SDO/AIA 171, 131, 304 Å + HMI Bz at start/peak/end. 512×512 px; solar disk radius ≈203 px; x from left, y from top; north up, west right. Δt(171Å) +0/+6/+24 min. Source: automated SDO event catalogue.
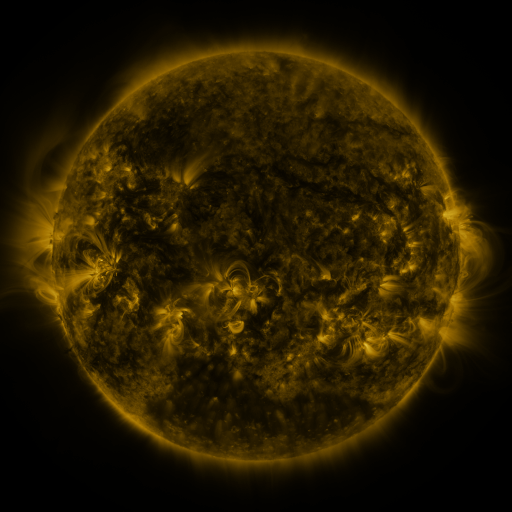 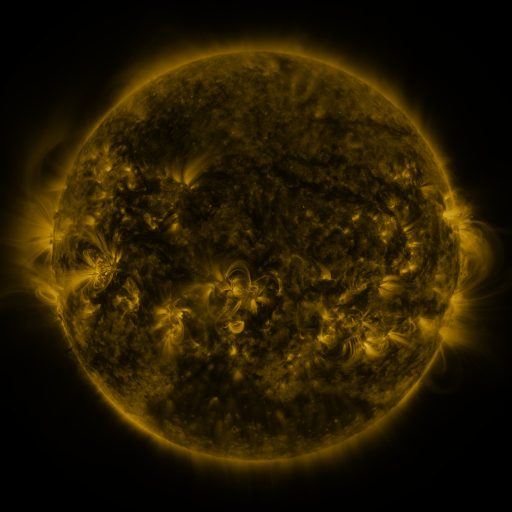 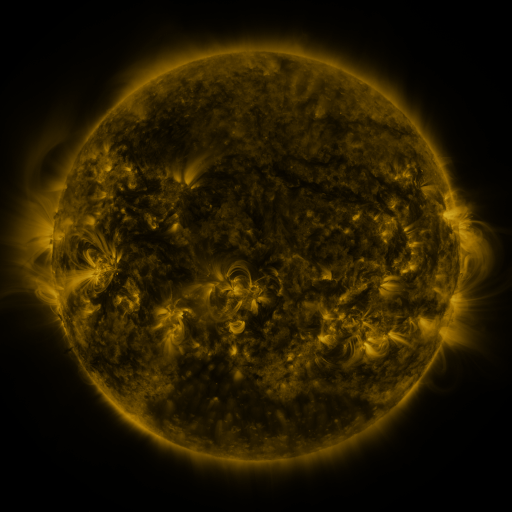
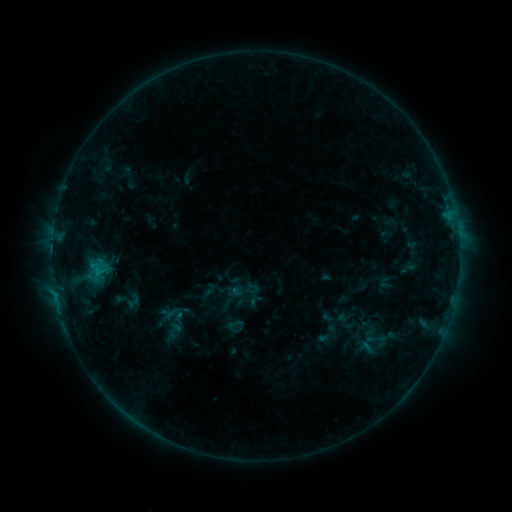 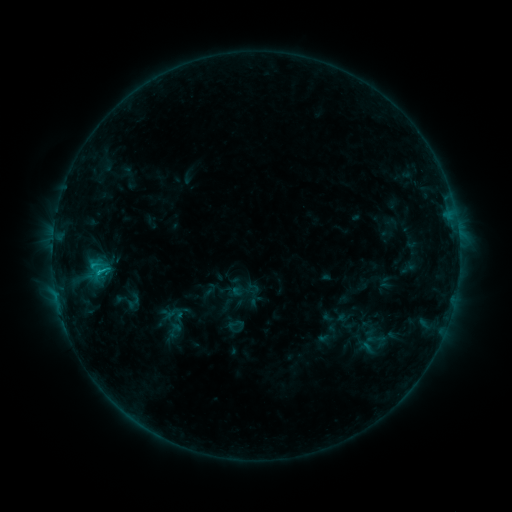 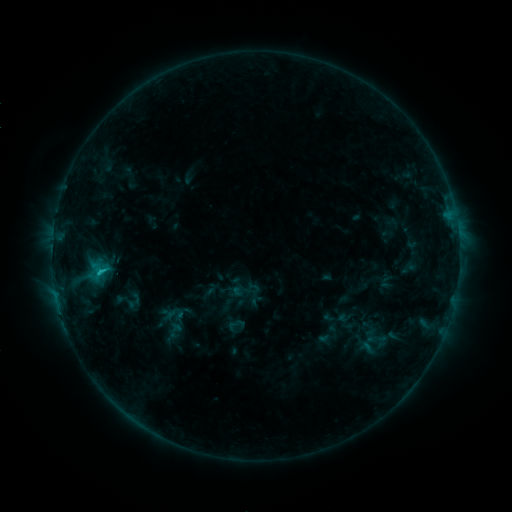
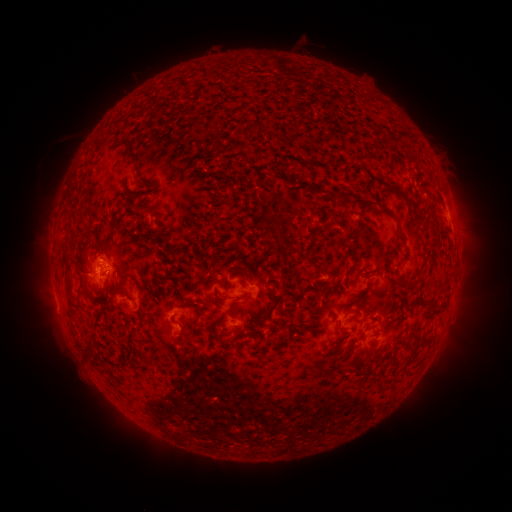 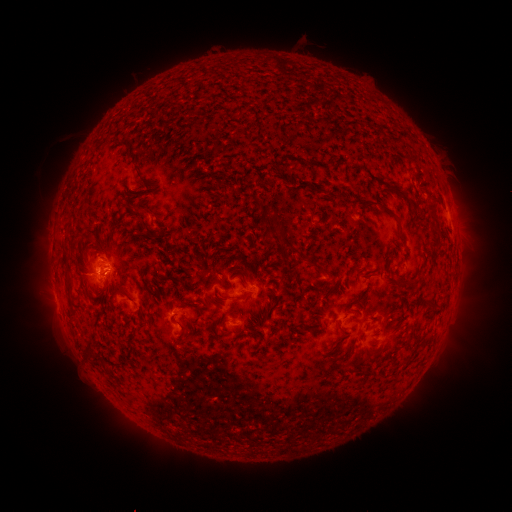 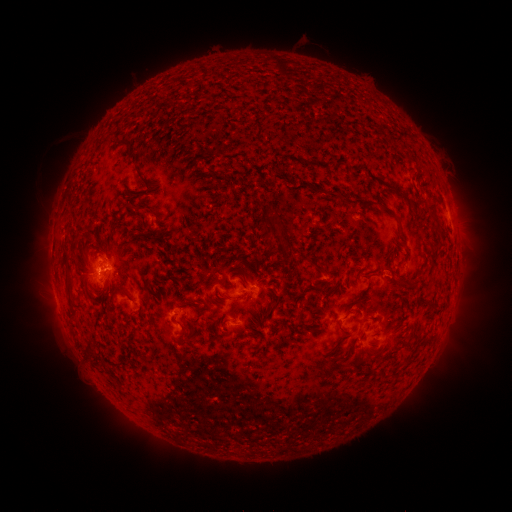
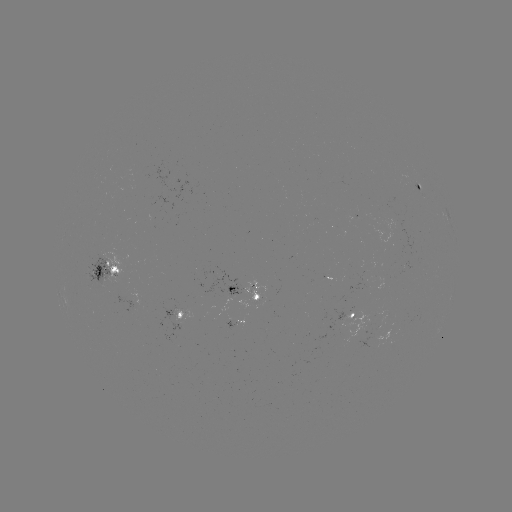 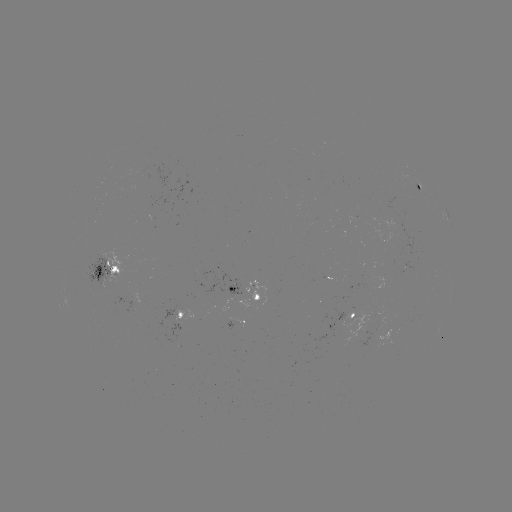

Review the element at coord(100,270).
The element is C2.1 flare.